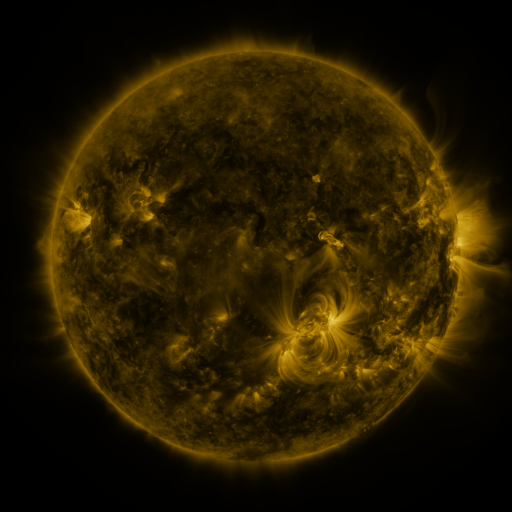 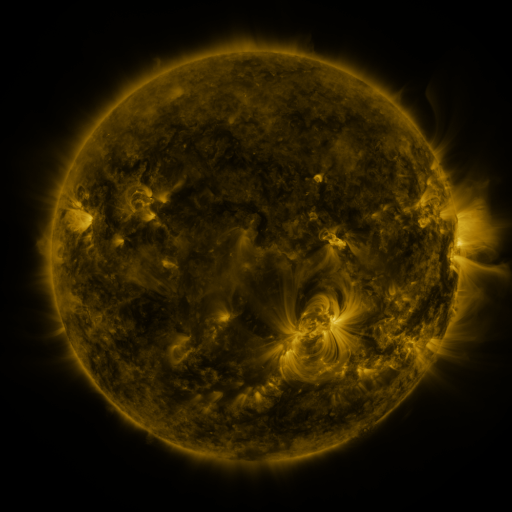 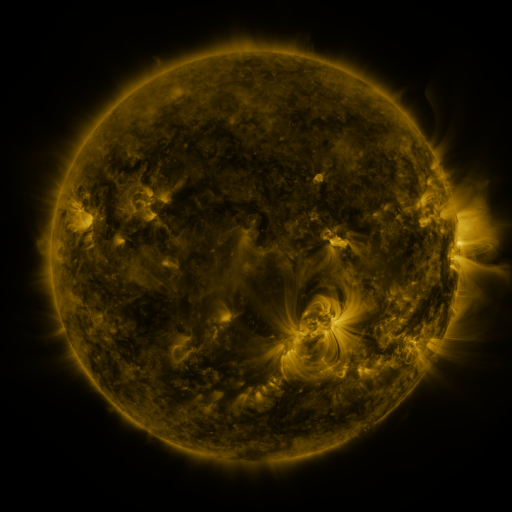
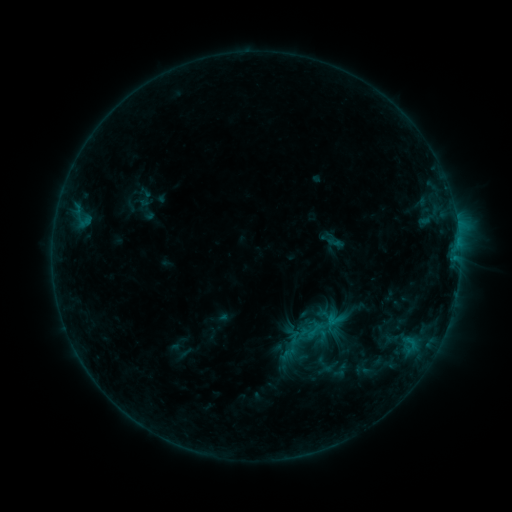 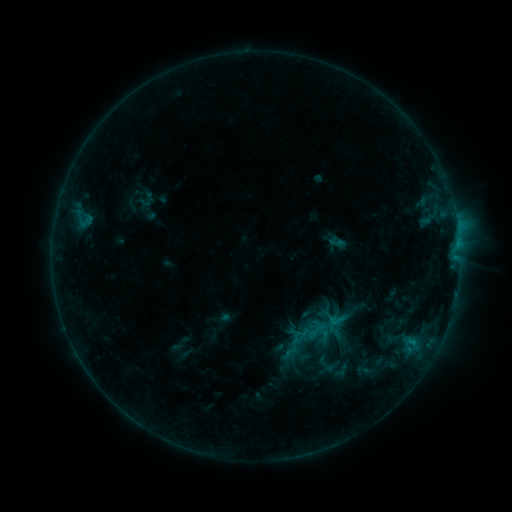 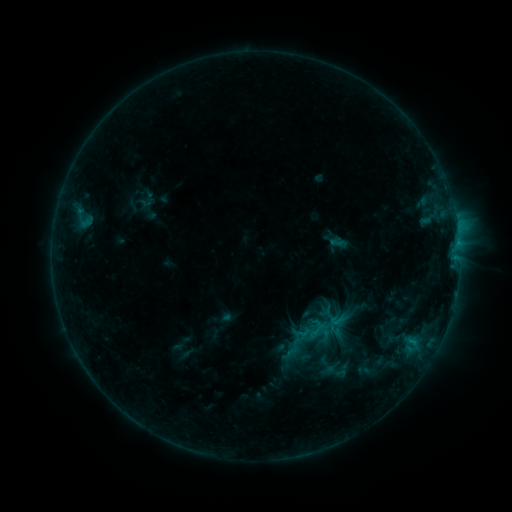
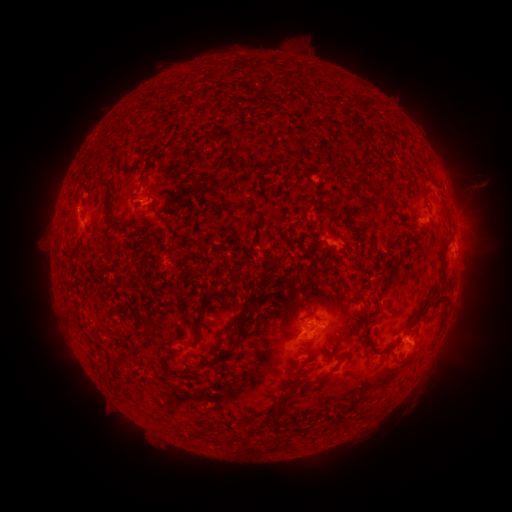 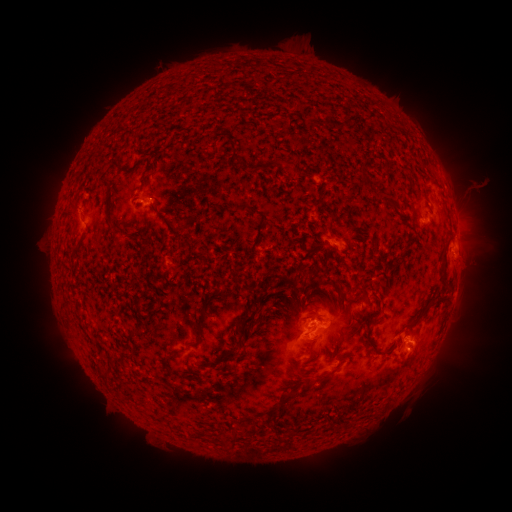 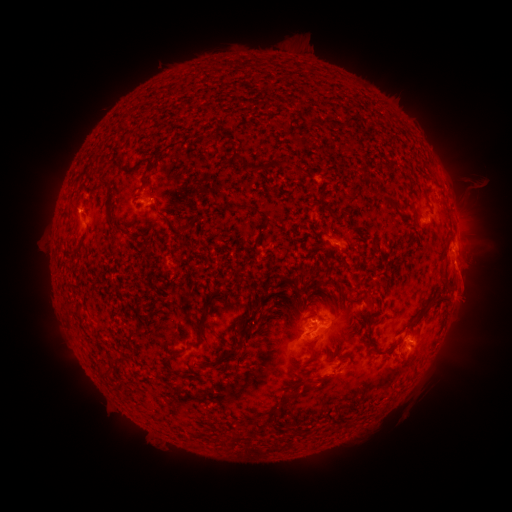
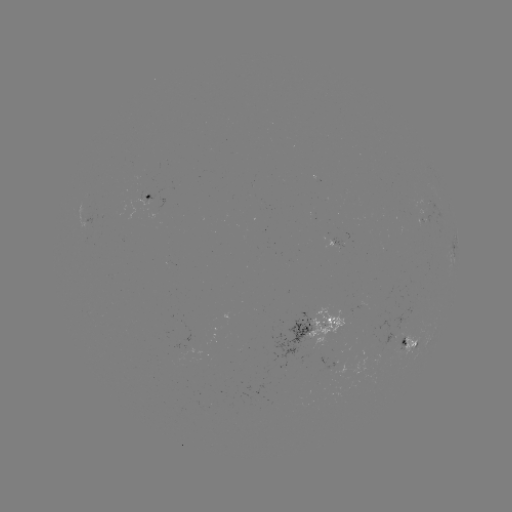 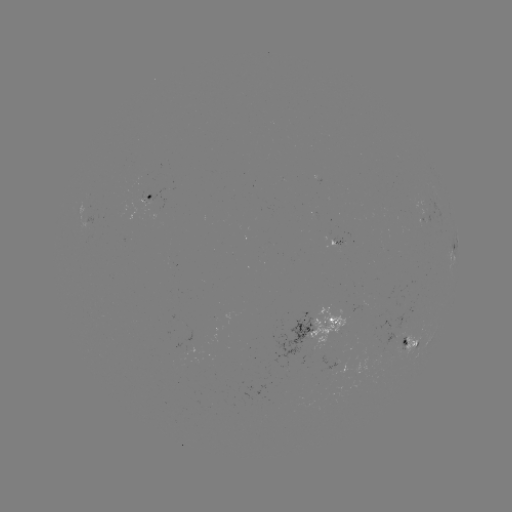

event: emerging-flux region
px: (186, 349)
